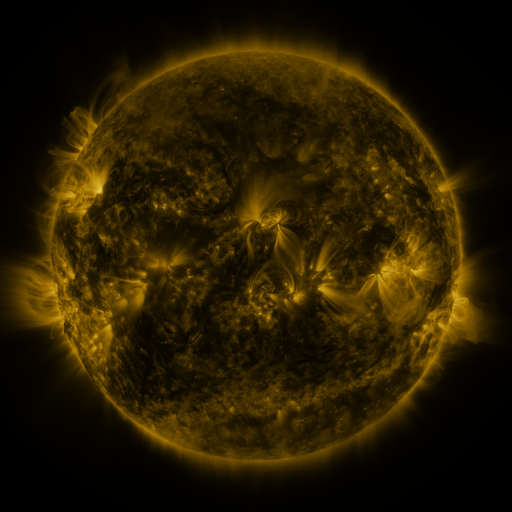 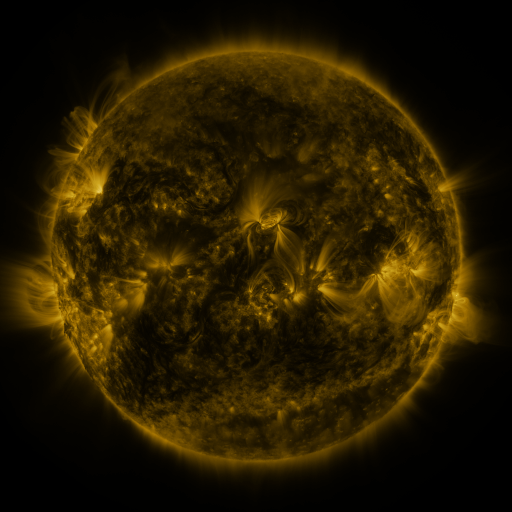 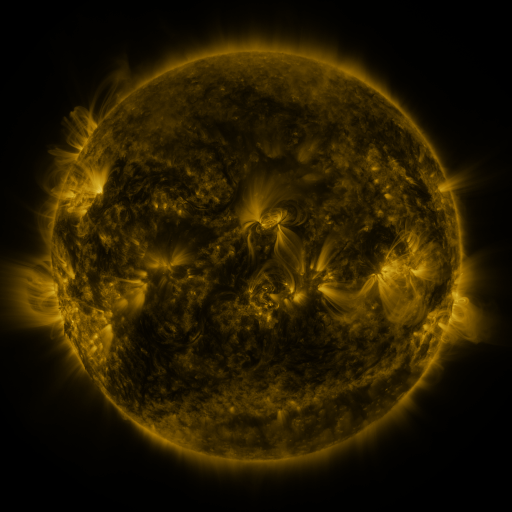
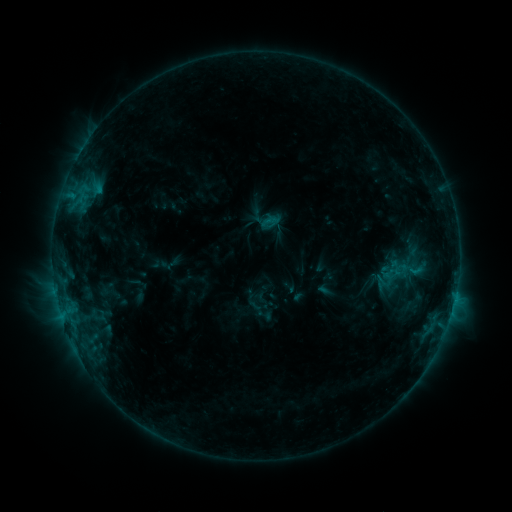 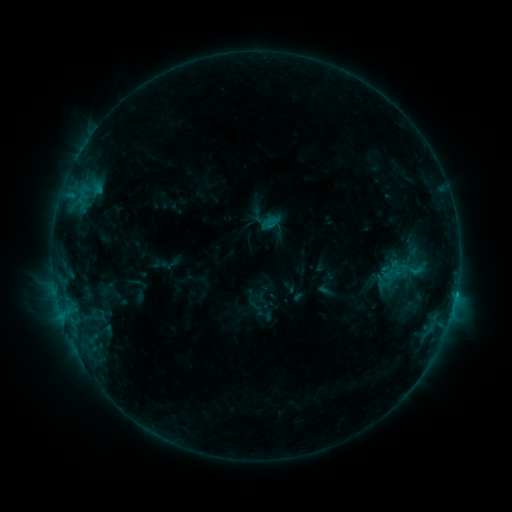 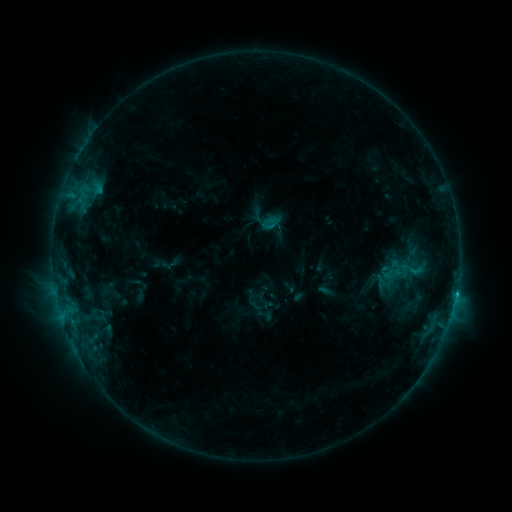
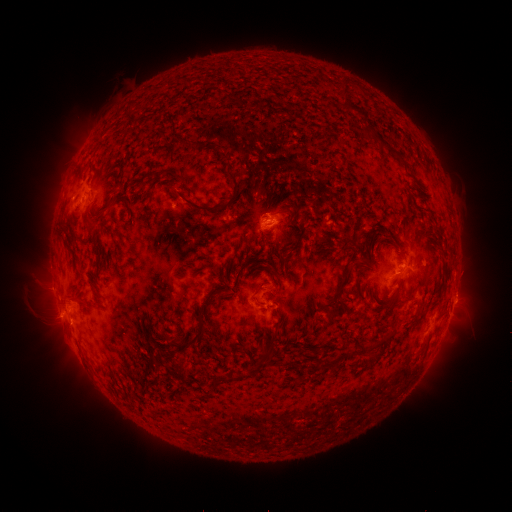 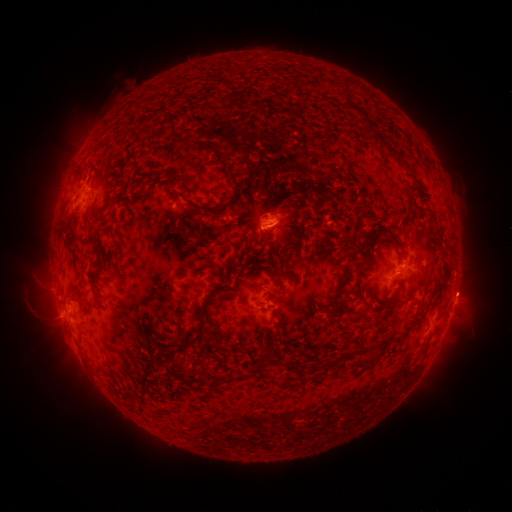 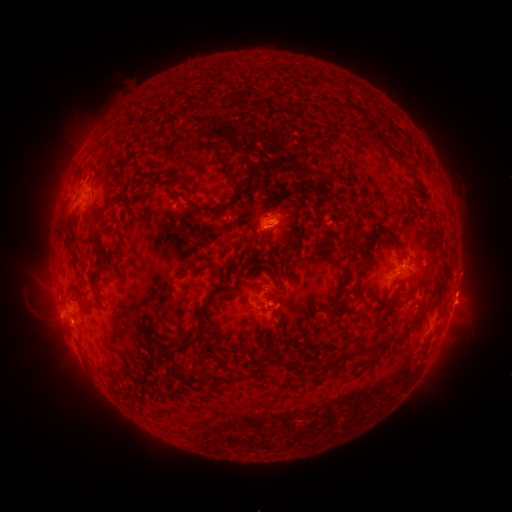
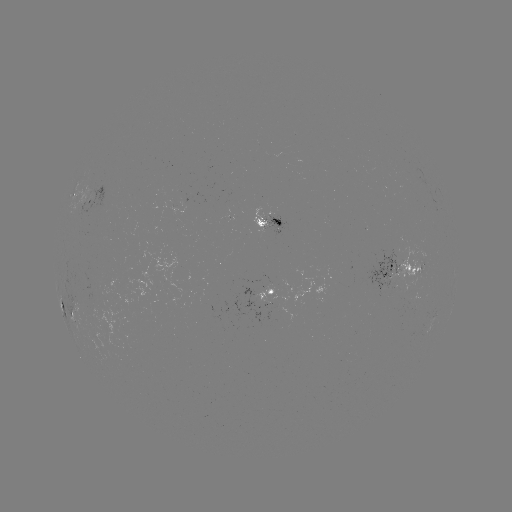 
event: flare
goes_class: C1.3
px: (455, 294)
